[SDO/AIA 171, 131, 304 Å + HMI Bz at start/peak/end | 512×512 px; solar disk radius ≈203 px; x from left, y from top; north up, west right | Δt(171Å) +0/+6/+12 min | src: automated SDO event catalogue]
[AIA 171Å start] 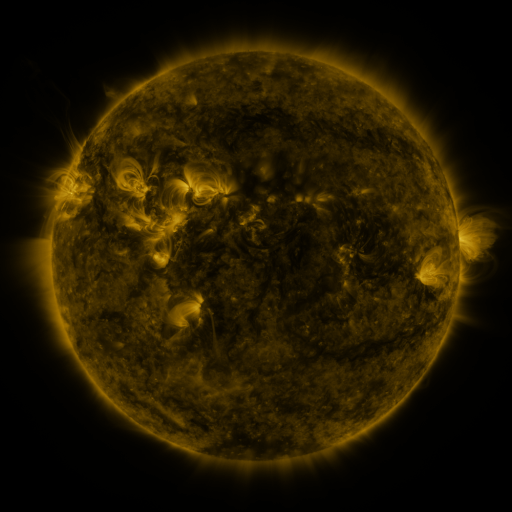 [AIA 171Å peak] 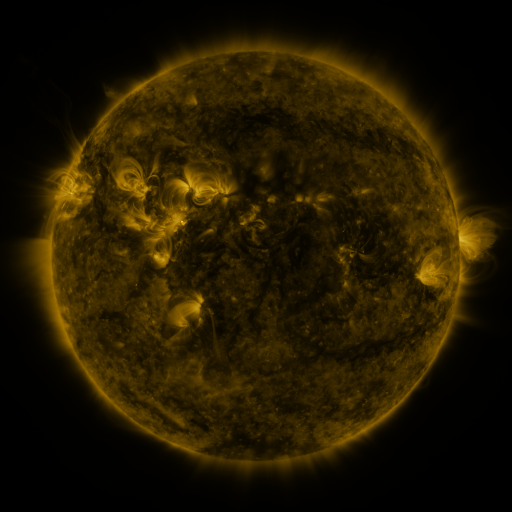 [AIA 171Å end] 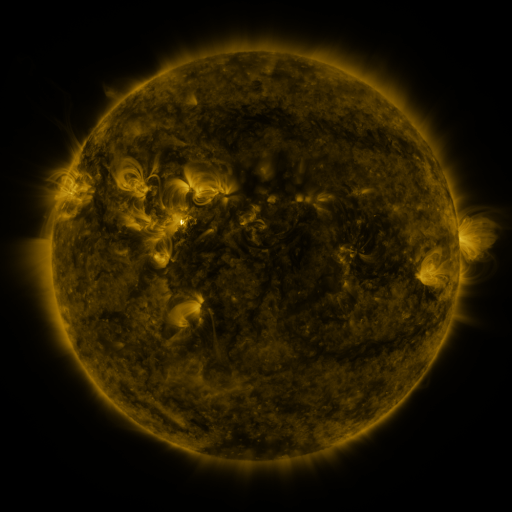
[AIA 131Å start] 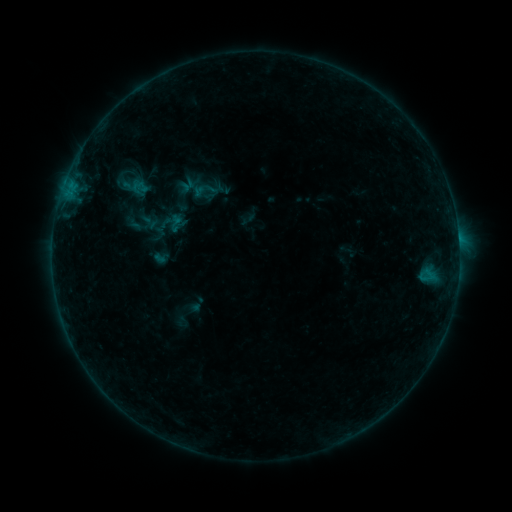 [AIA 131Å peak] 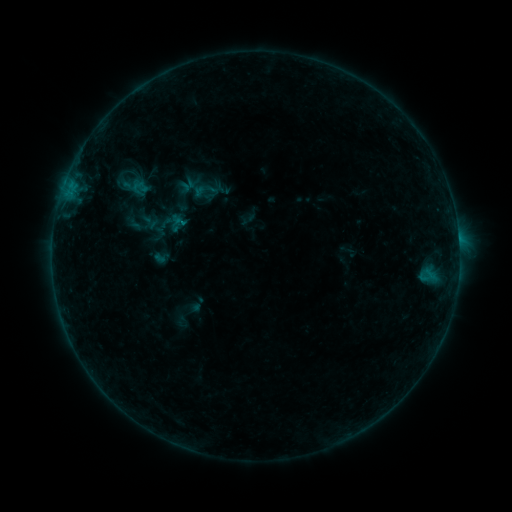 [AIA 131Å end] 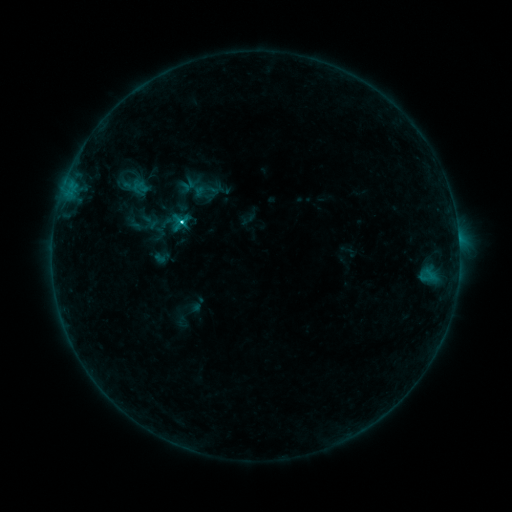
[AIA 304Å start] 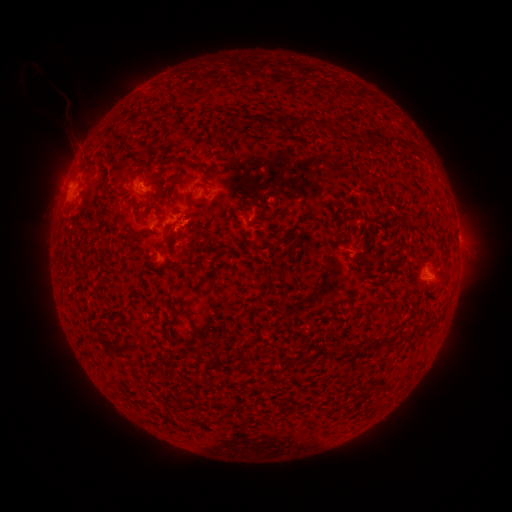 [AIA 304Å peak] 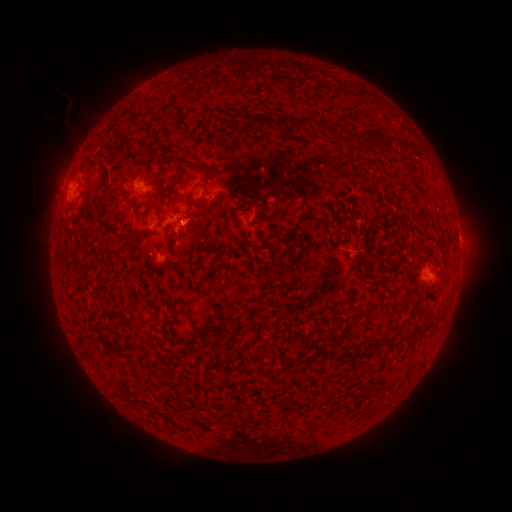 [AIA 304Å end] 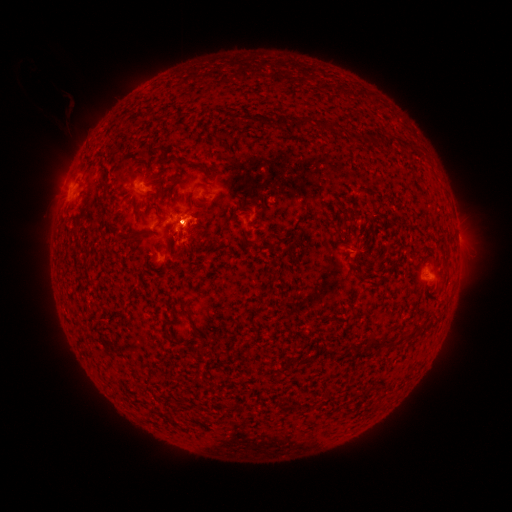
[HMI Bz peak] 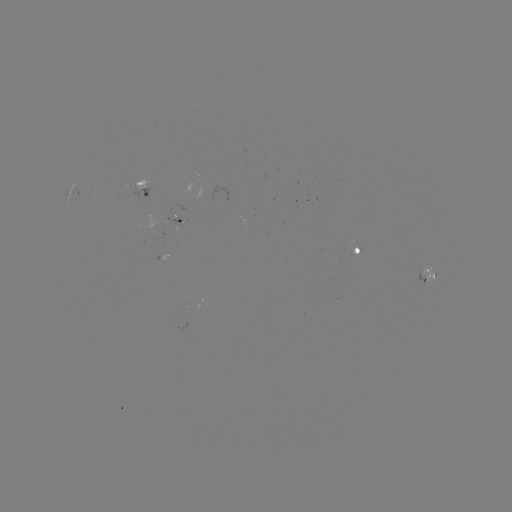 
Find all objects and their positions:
C1.9 flare: (183, 223)
